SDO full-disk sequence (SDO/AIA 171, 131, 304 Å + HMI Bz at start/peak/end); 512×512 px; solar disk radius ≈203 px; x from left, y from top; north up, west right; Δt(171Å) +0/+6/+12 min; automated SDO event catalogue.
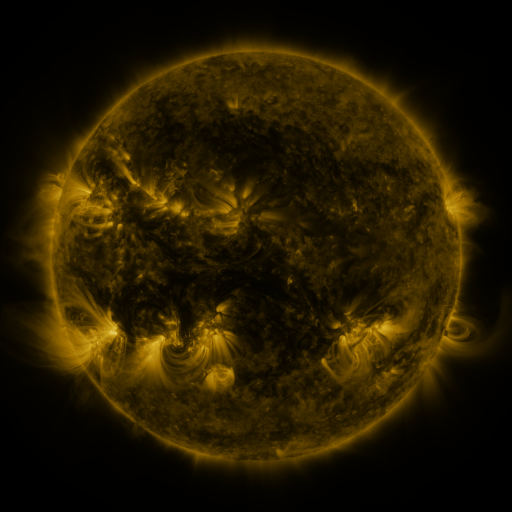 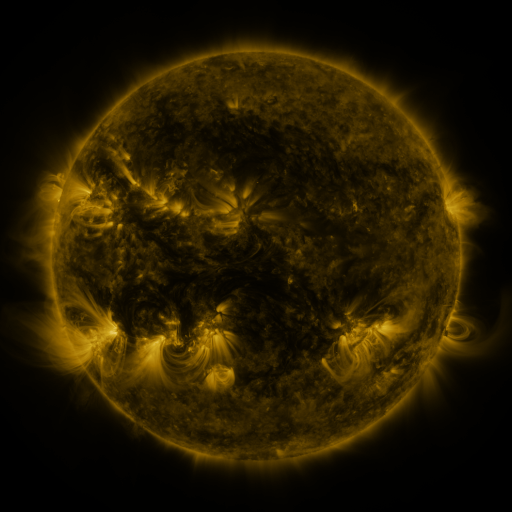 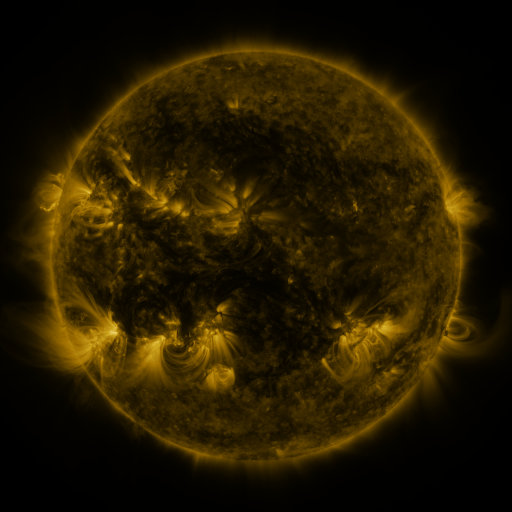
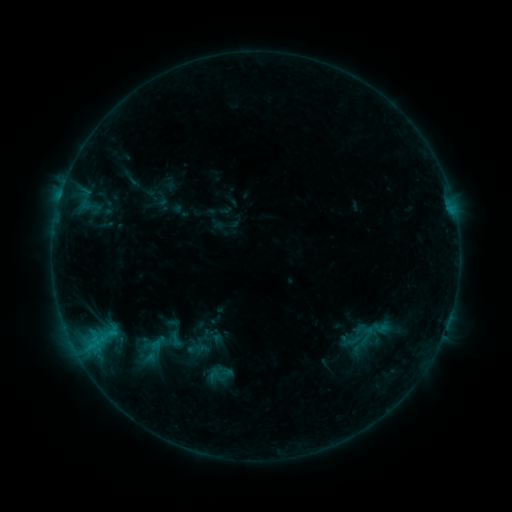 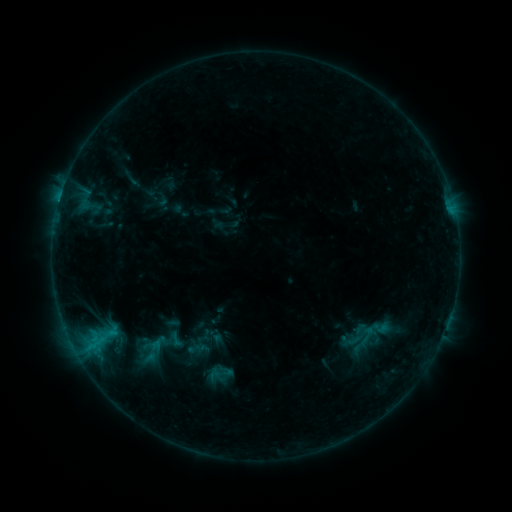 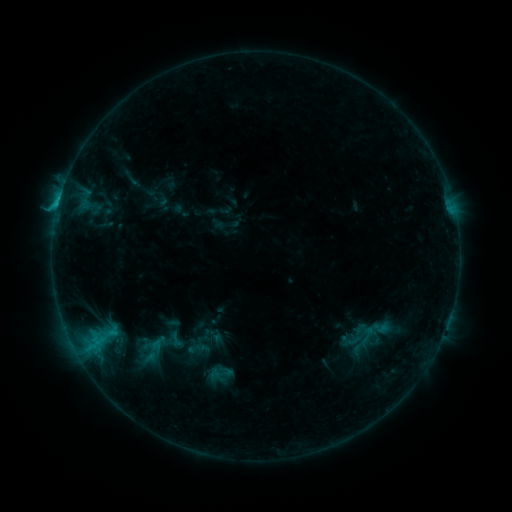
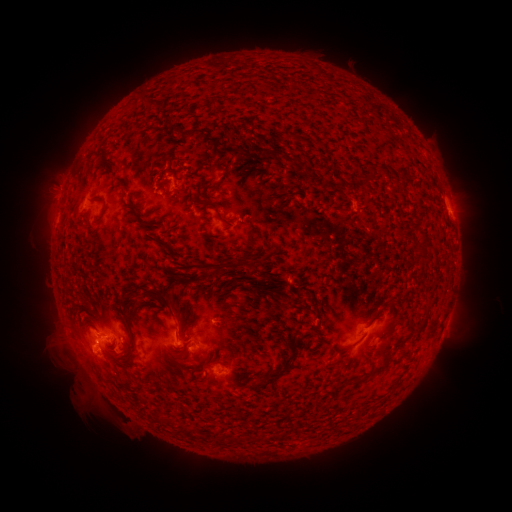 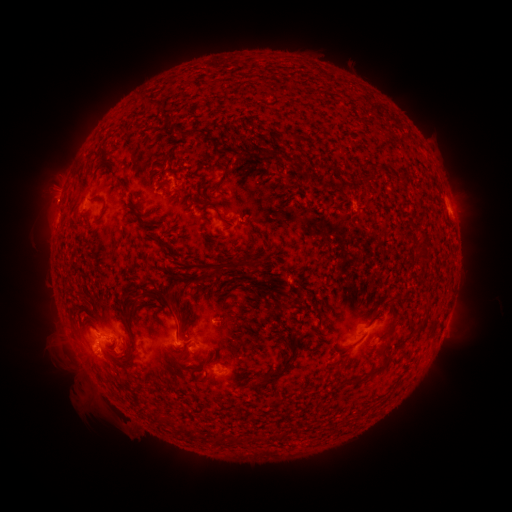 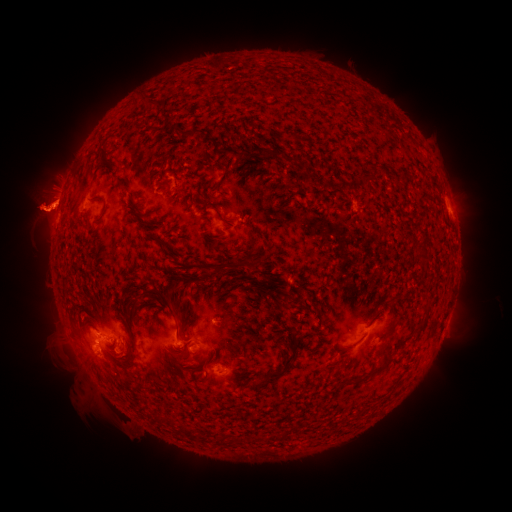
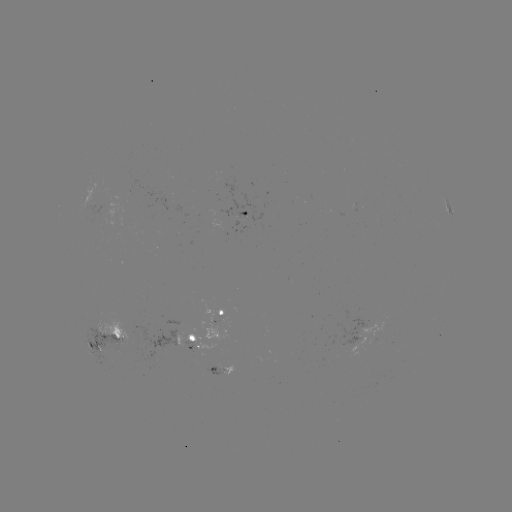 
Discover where eruption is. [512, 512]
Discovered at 488,205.